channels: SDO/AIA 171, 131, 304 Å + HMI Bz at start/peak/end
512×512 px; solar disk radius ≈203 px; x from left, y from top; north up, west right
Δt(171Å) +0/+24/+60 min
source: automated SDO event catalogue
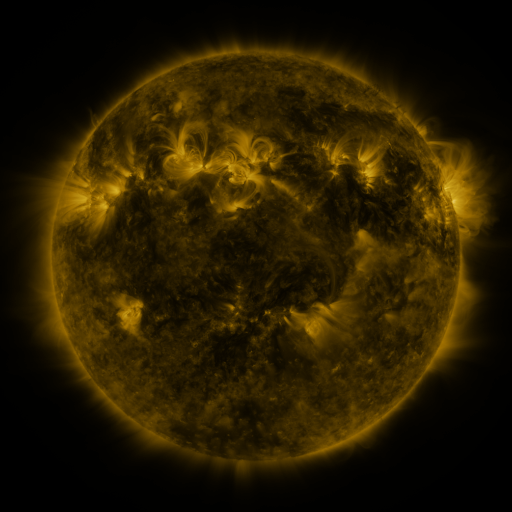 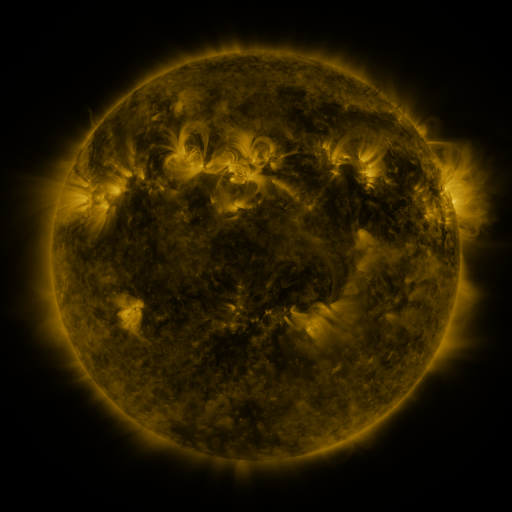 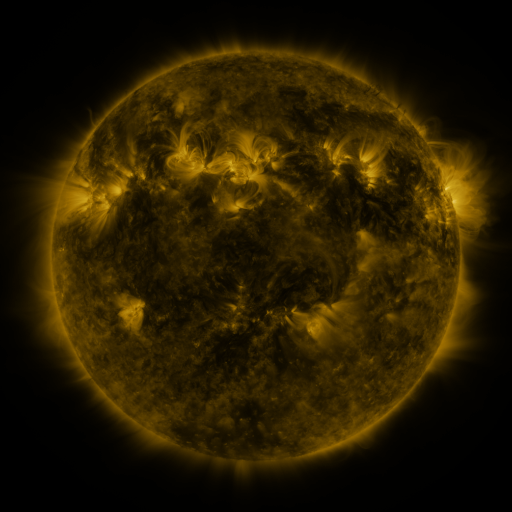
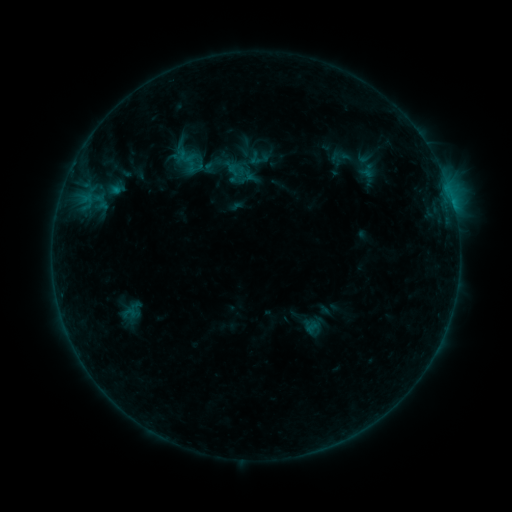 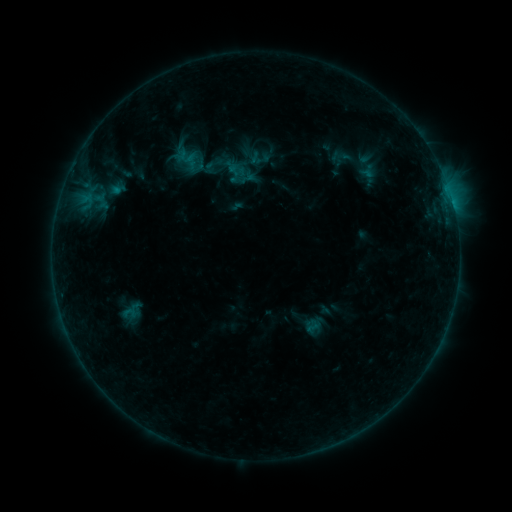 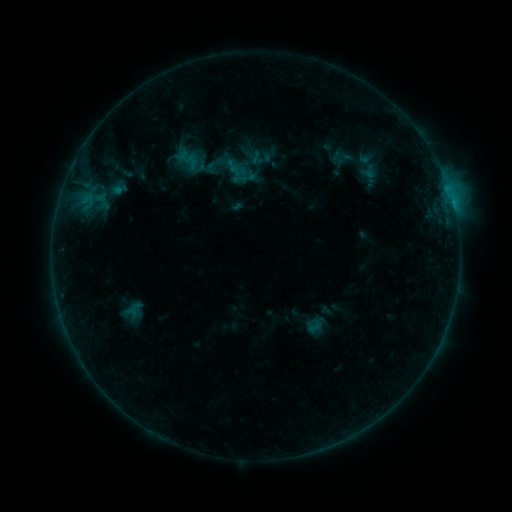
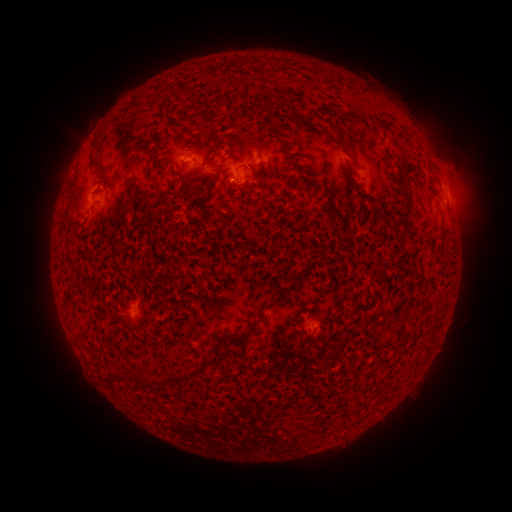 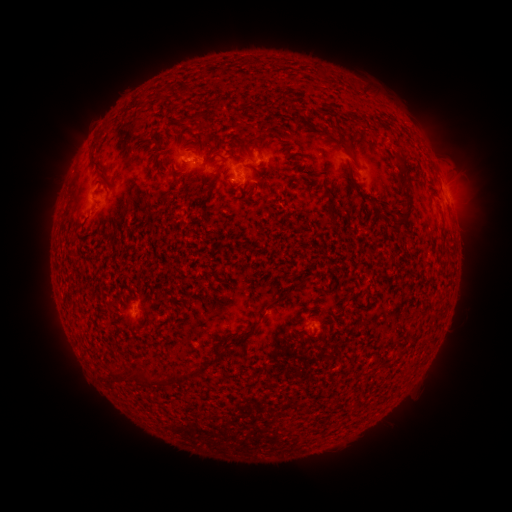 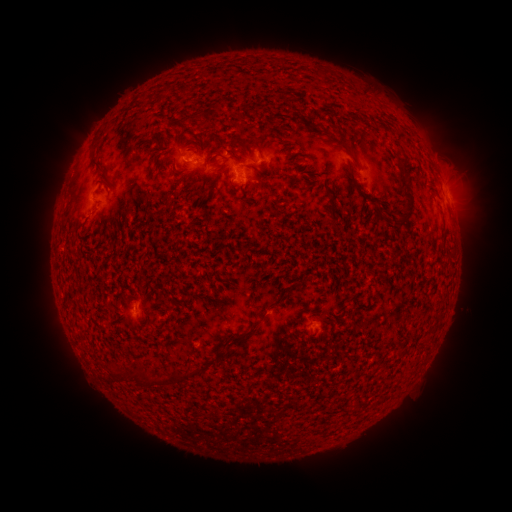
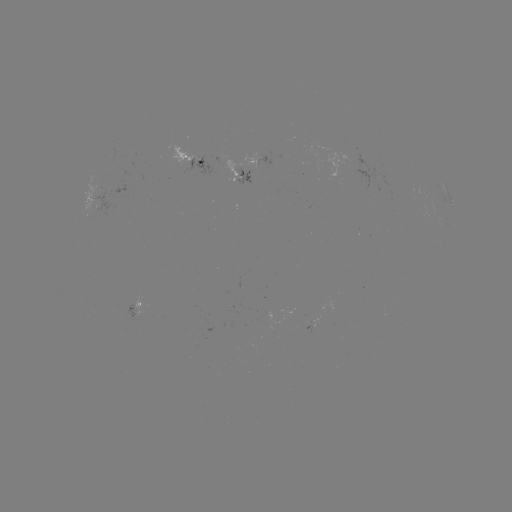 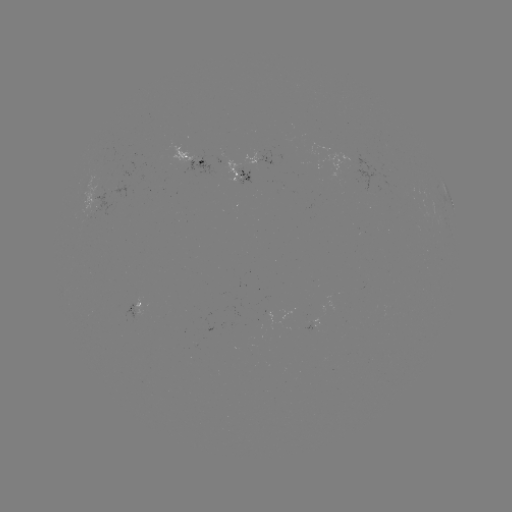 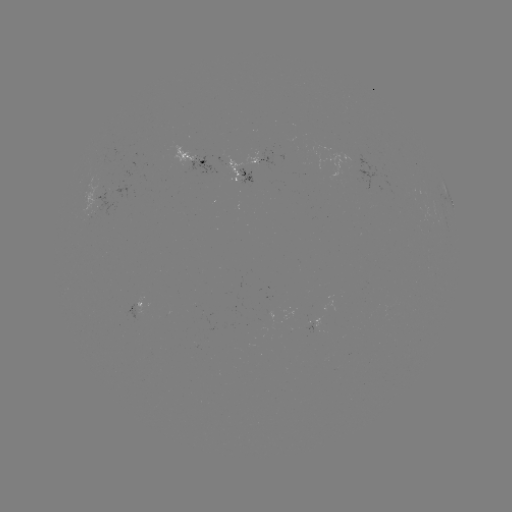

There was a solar emerging-flux region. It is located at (256, 157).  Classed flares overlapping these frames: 1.